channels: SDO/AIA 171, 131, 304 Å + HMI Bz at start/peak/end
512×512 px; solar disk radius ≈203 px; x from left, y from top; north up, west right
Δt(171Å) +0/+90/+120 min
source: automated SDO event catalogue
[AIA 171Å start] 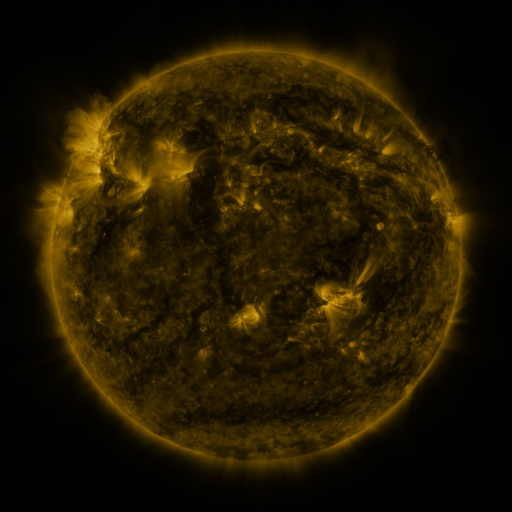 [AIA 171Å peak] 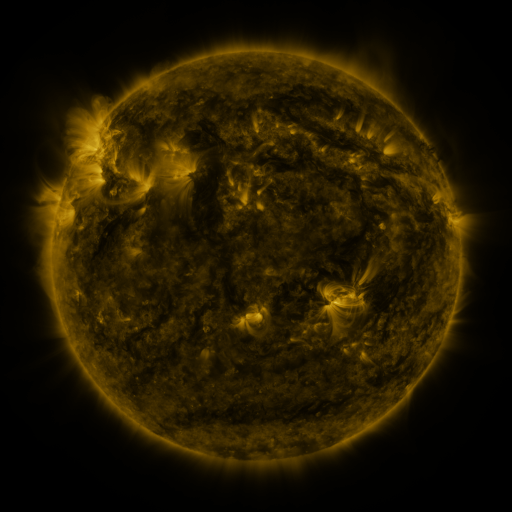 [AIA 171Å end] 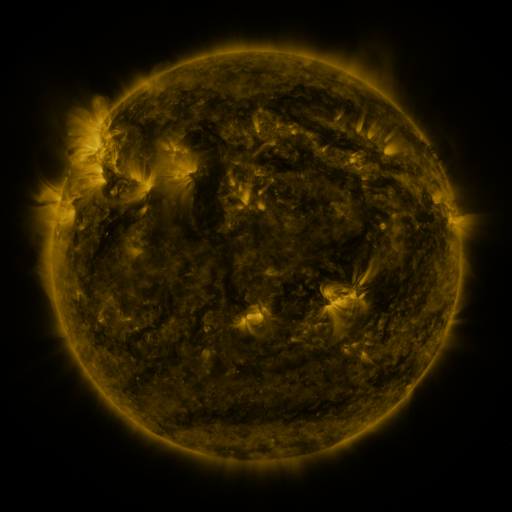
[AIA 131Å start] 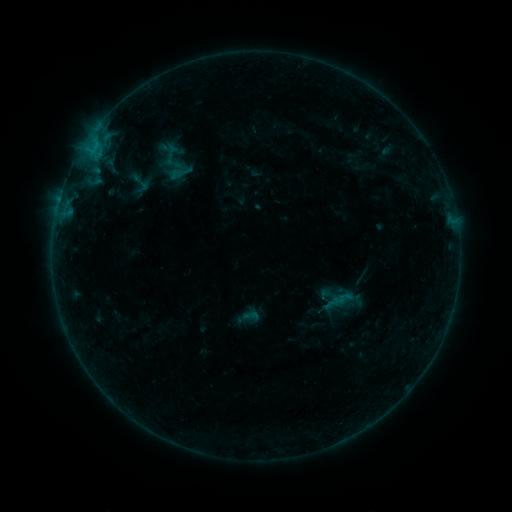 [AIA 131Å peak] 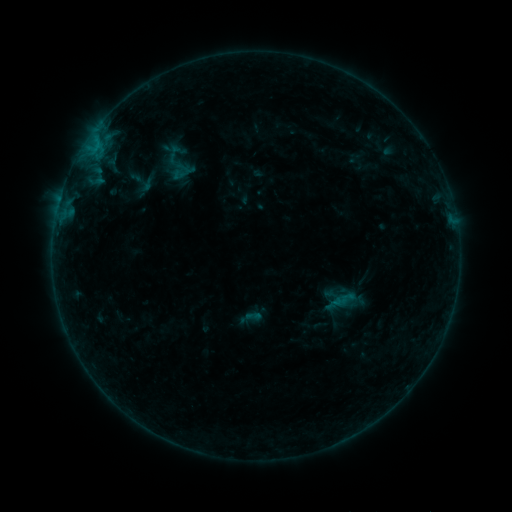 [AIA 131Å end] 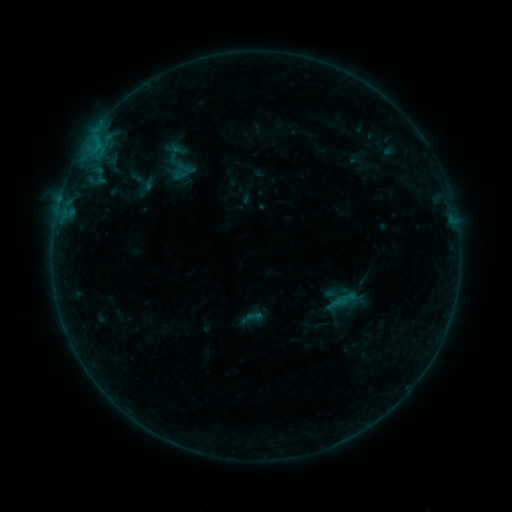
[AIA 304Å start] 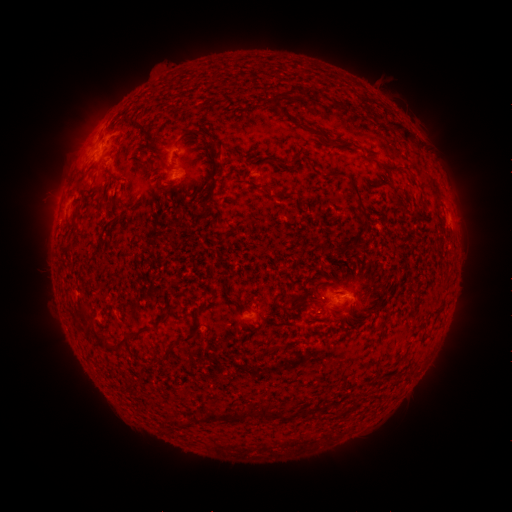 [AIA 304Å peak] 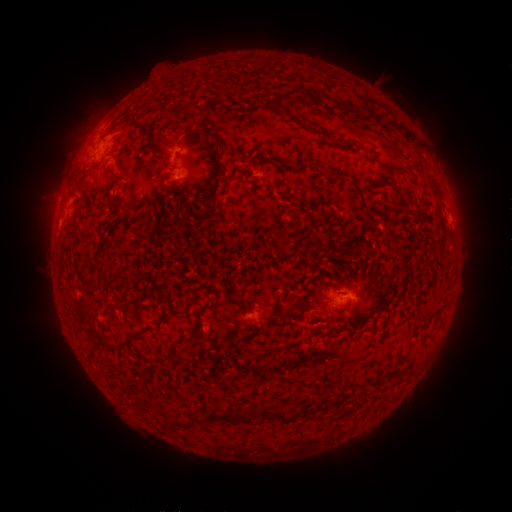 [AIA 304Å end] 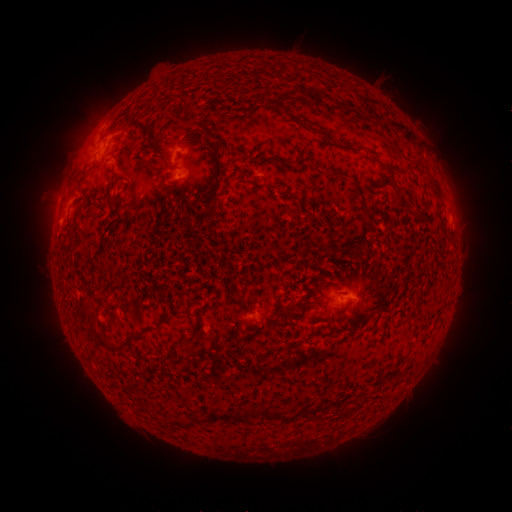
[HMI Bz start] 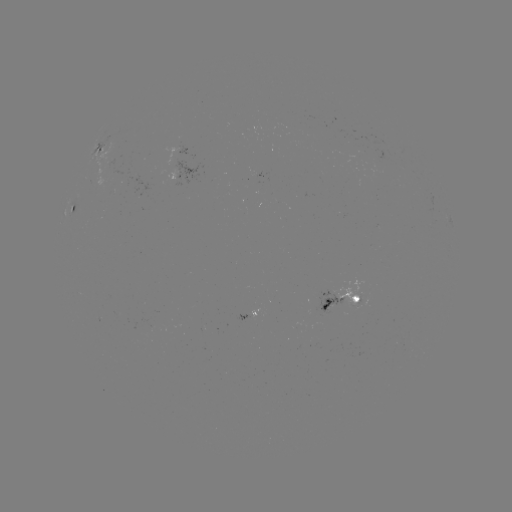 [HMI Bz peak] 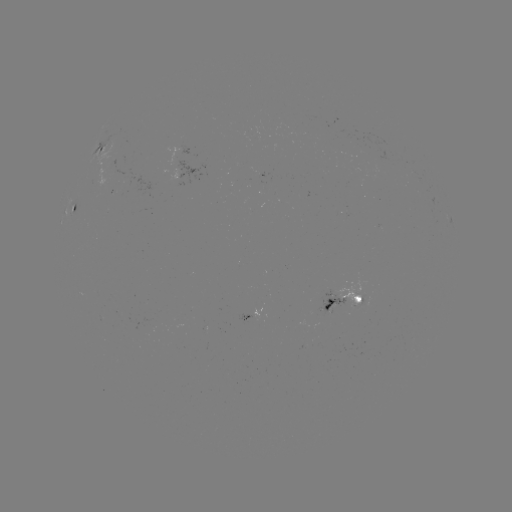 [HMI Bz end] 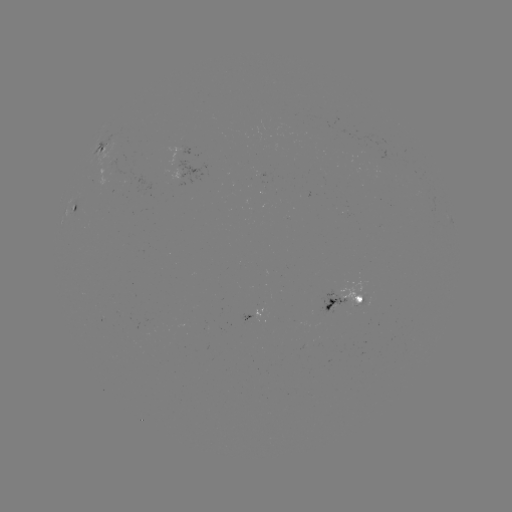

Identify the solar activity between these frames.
emerging-flux region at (149, 173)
